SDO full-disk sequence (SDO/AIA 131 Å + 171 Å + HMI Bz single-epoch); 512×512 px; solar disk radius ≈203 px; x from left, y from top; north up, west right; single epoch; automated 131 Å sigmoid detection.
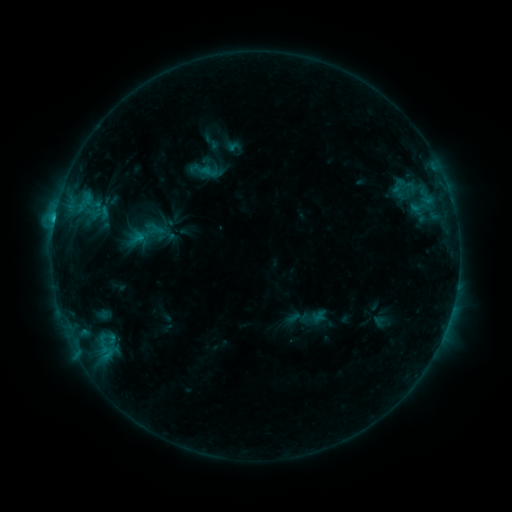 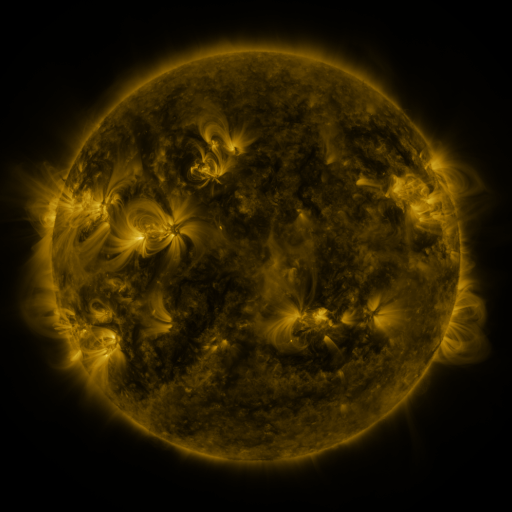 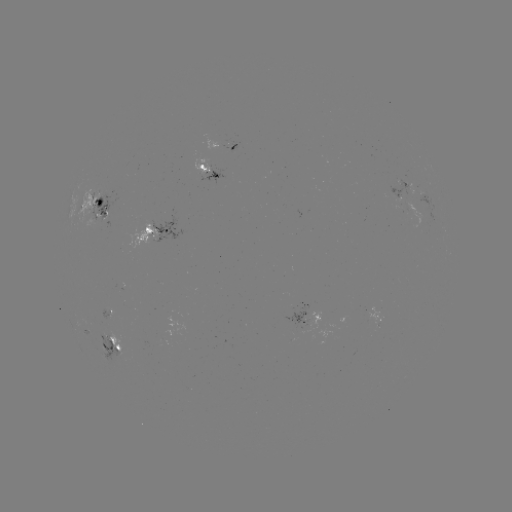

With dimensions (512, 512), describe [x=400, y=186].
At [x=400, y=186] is sigmoid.